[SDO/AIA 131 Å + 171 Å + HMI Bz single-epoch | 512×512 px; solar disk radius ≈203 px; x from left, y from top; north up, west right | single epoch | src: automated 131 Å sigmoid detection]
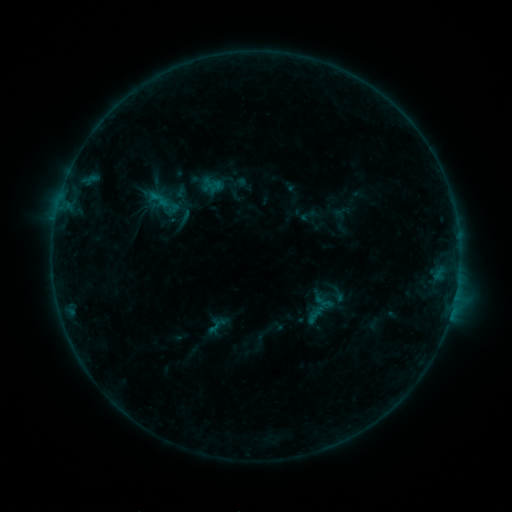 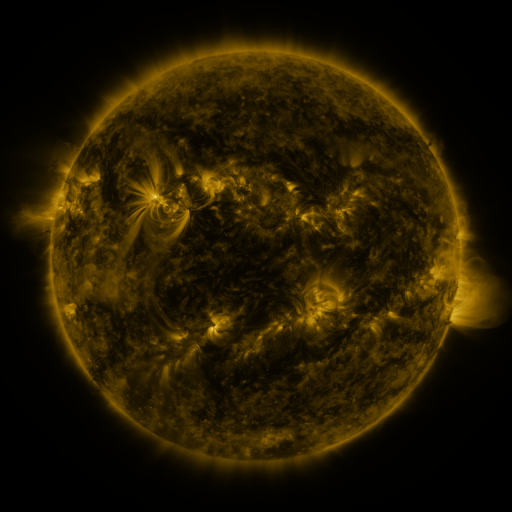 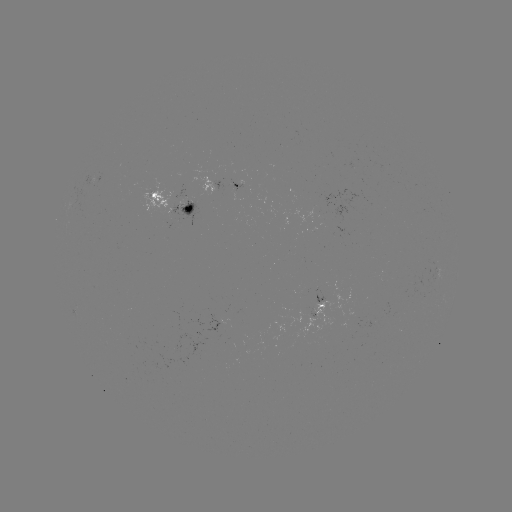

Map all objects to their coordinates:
sigmoid: (323, 302)
